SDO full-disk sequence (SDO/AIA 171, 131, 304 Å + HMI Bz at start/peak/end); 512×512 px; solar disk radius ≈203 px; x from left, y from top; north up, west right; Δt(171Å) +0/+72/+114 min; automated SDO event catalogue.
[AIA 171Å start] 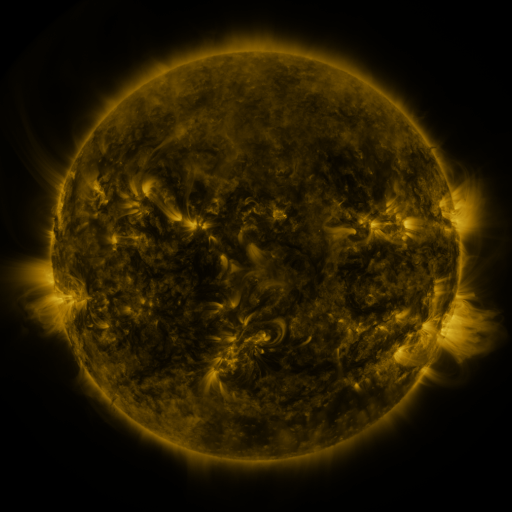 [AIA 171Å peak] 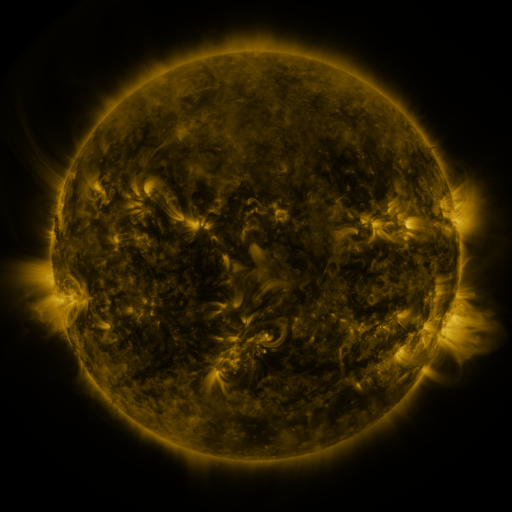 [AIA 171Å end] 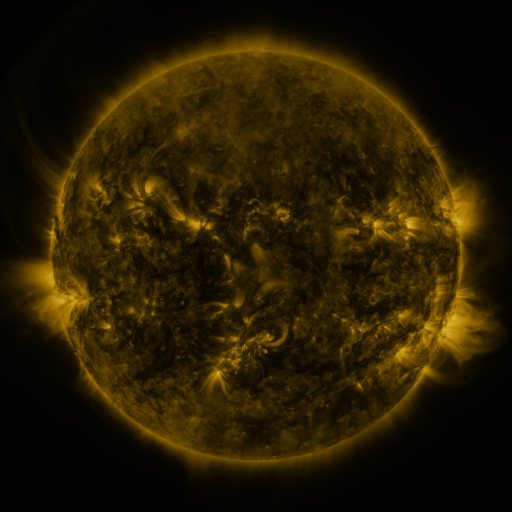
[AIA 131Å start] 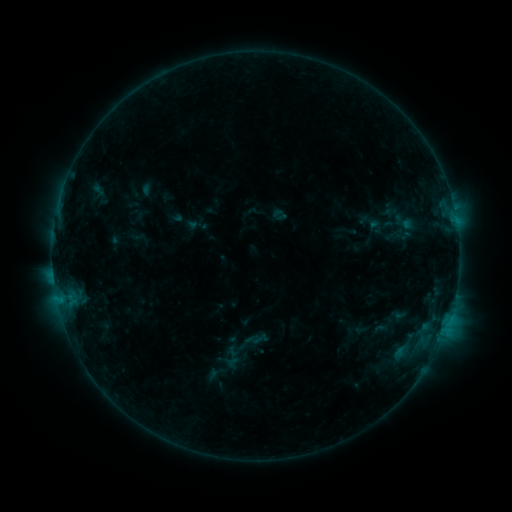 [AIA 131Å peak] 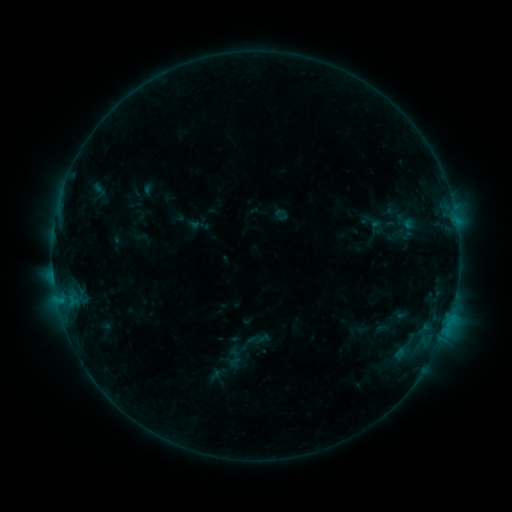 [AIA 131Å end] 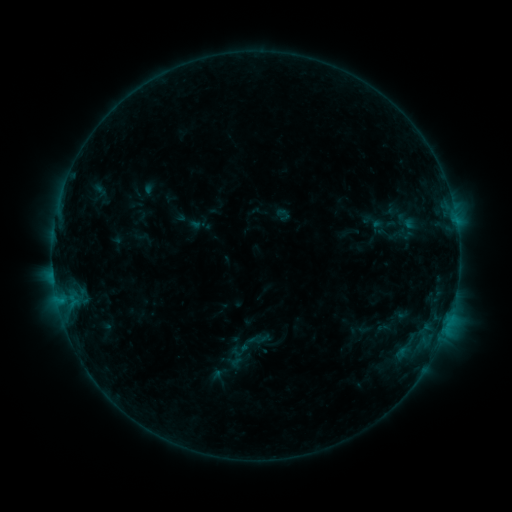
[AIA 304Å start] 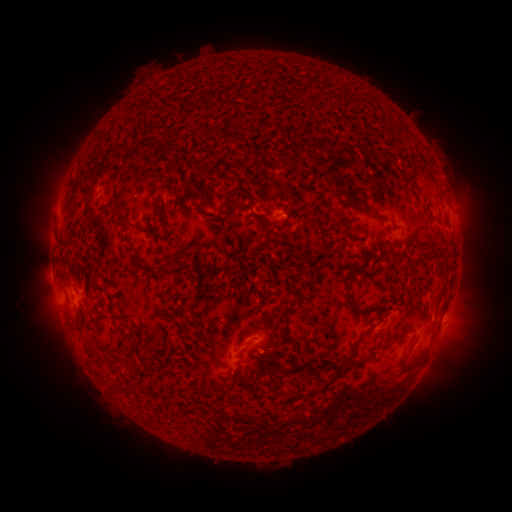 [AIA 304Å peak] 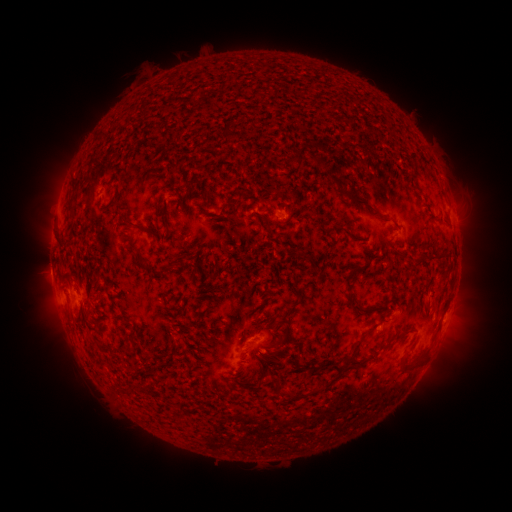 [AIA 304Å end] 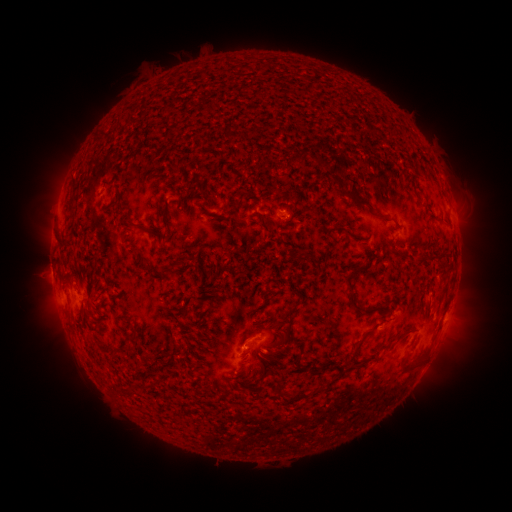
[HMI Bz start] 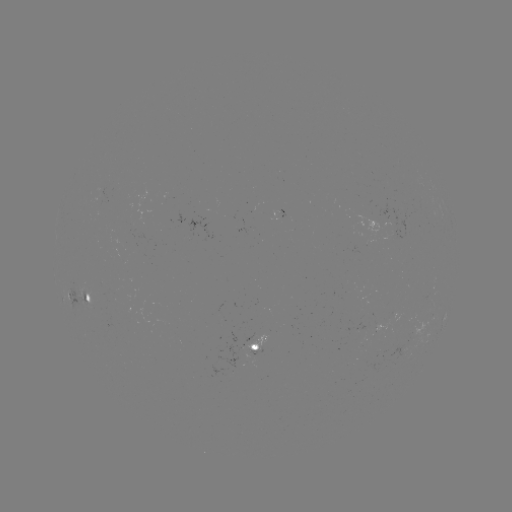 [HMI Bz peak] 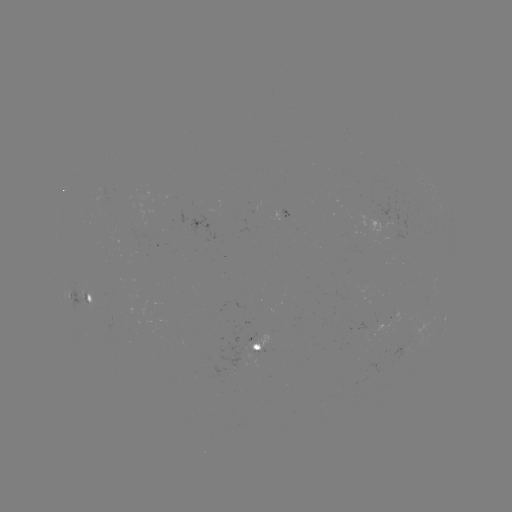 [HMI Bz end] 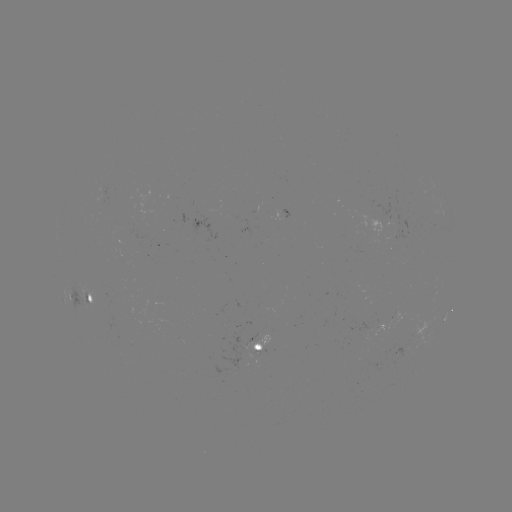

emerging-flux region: [244, 335, 265, 362]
